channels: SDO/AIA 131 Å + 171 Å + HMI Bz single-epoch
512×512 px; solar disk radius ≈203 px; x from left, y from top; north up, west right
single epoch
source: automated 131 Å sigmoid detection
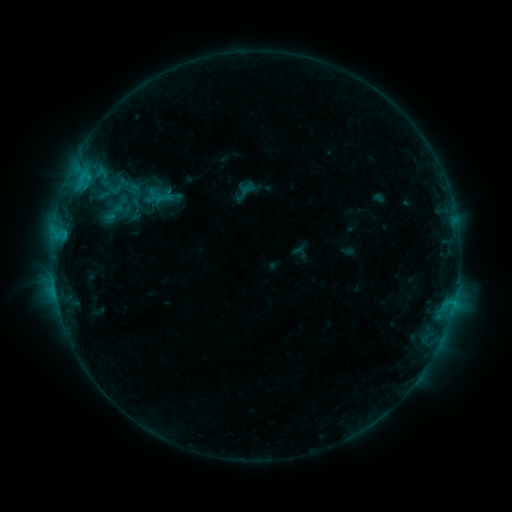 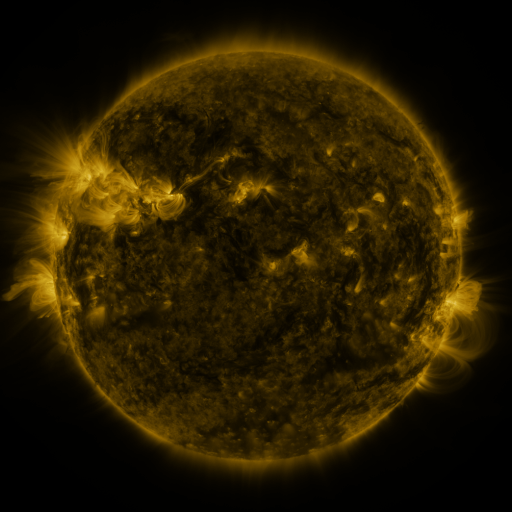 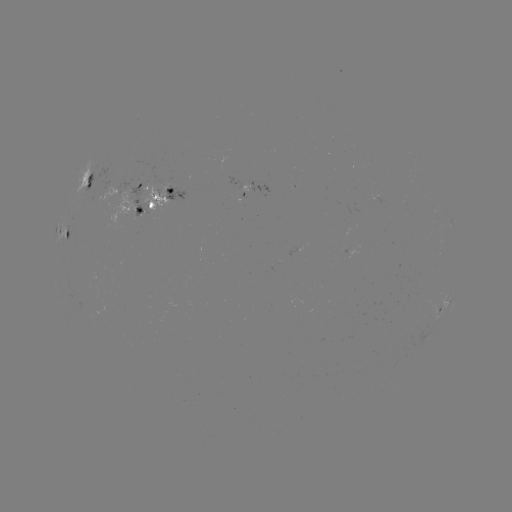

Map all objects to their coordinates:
sigmoid: <bbox>106, 174, 131, 199</bbox>
sigmoid: <bbox>111, 192, 131, 212</bbox>
